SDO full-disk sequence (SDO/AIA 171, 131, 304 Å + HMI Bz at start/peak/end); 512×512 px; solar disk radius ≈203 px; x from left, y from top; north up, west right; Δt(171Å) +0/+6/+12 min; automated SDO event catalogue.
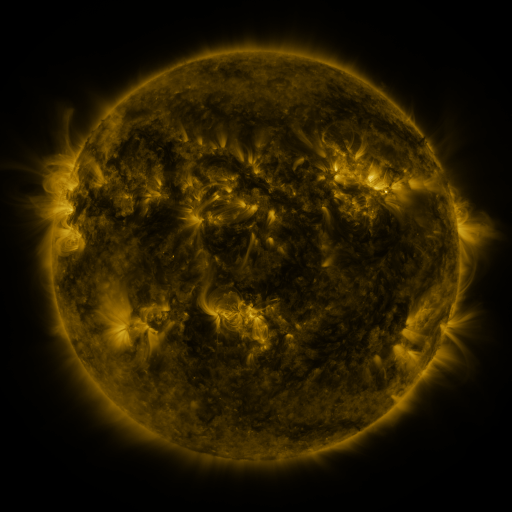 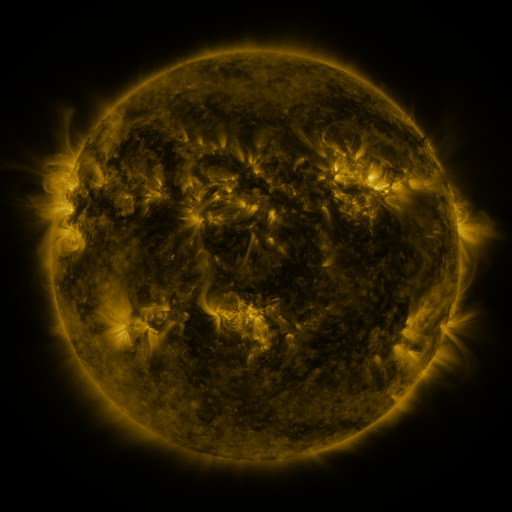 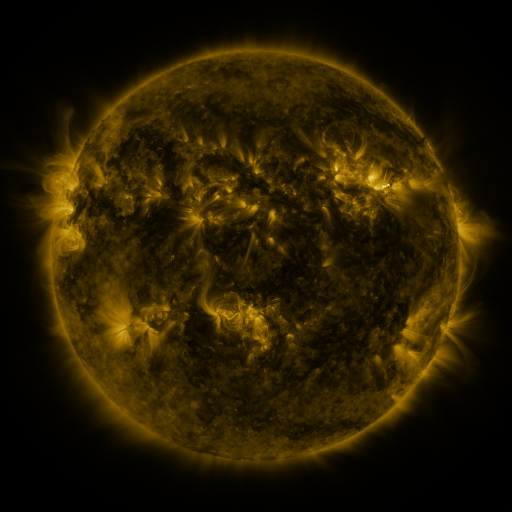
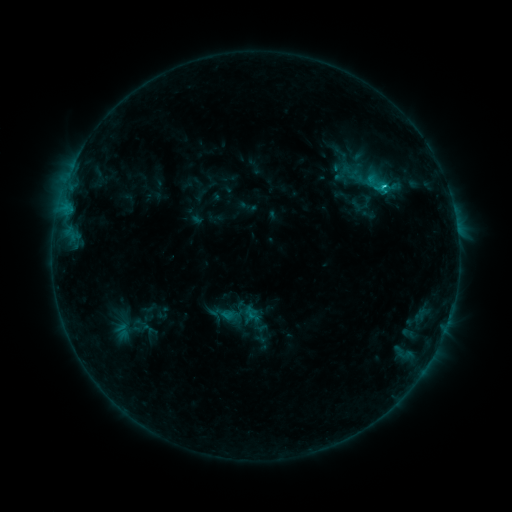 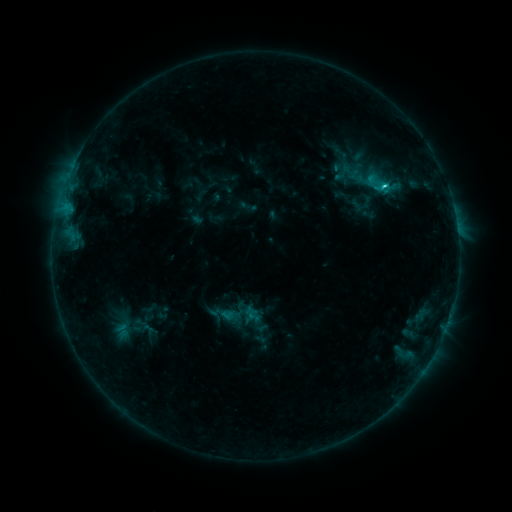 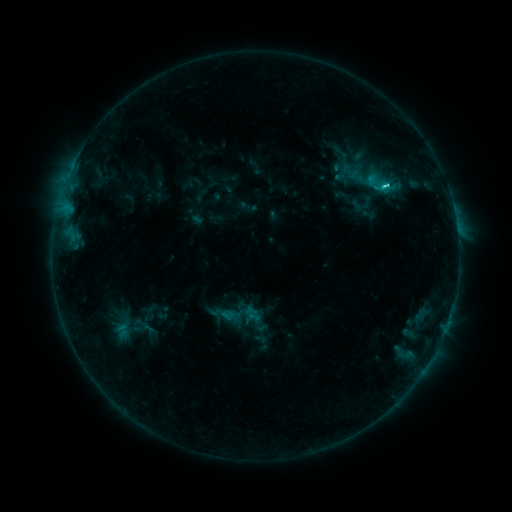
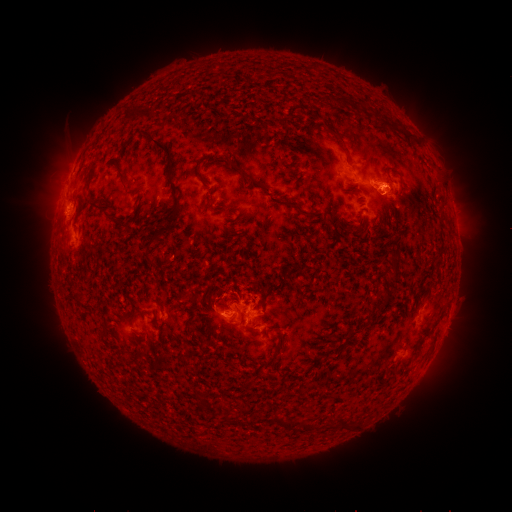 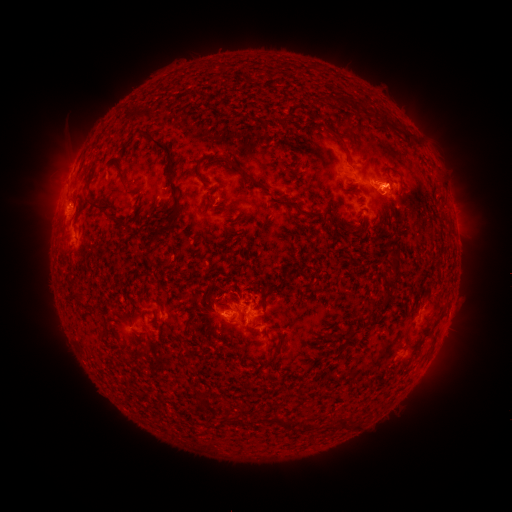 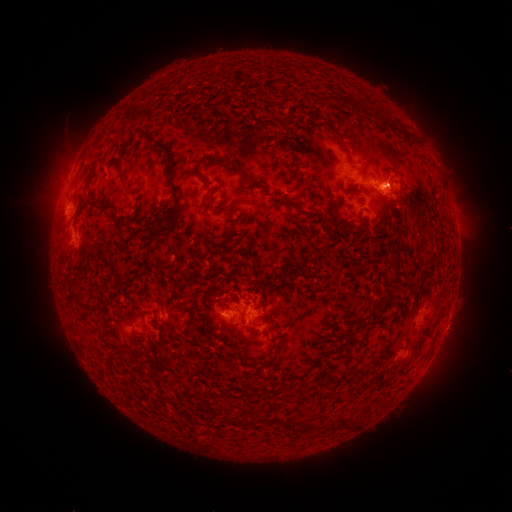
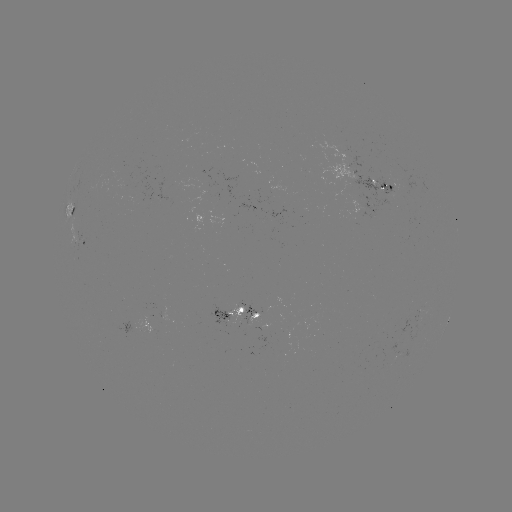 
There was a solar eruption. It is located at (398, 174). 